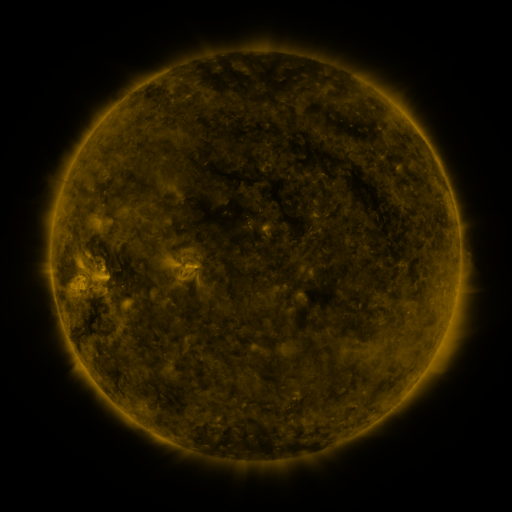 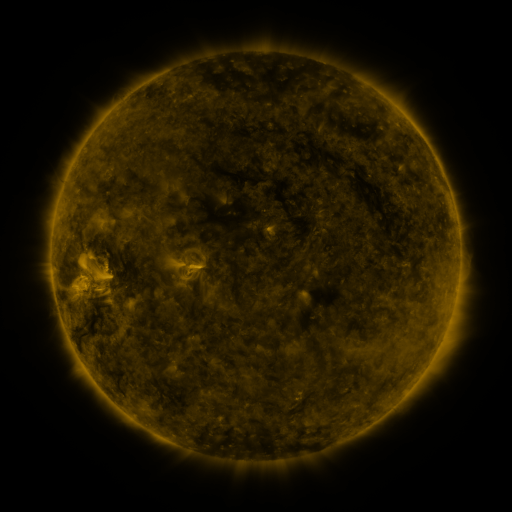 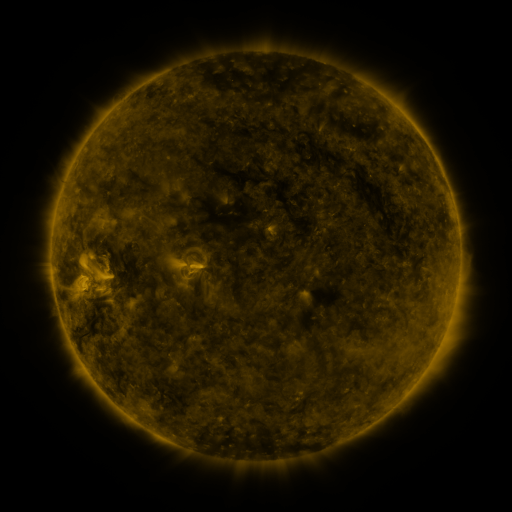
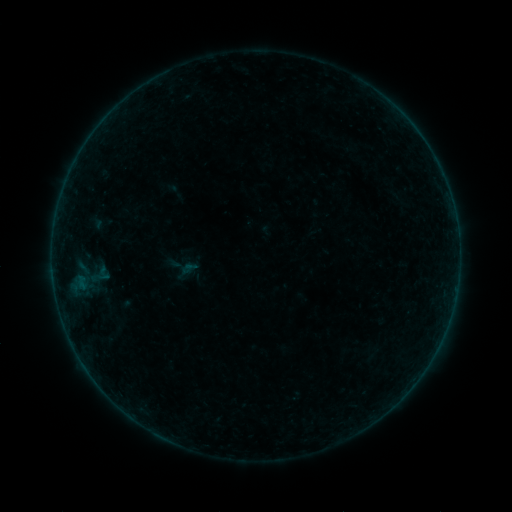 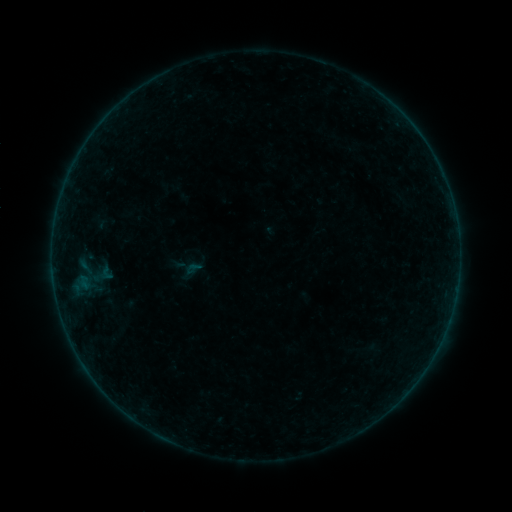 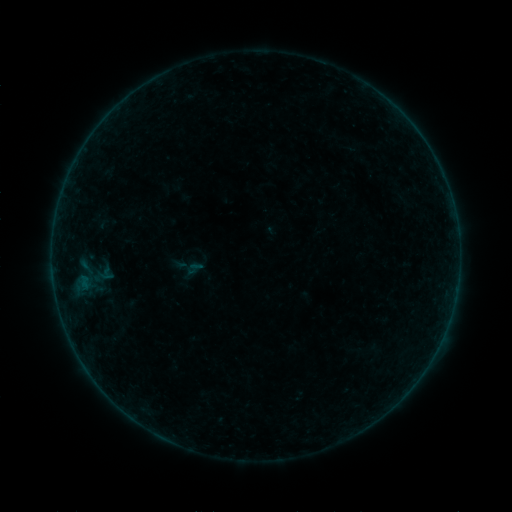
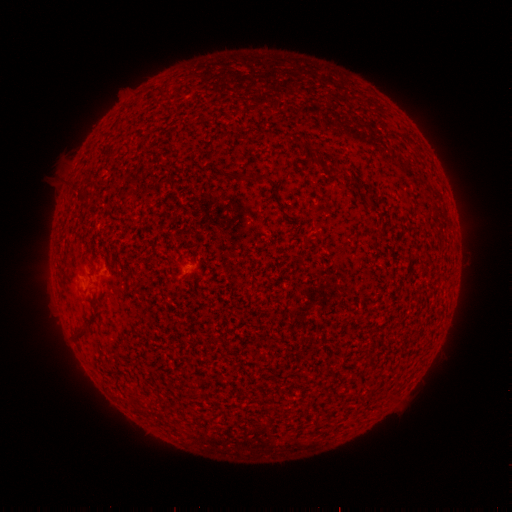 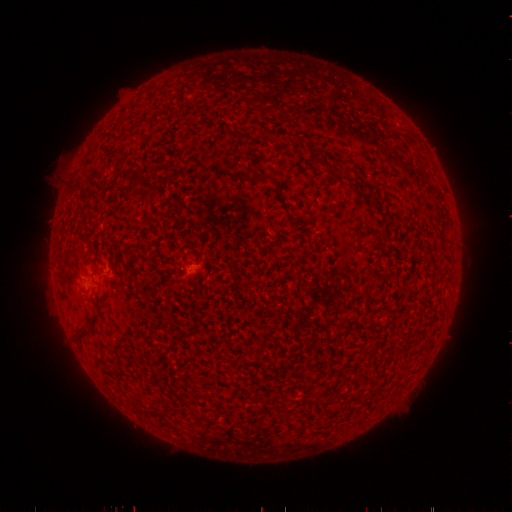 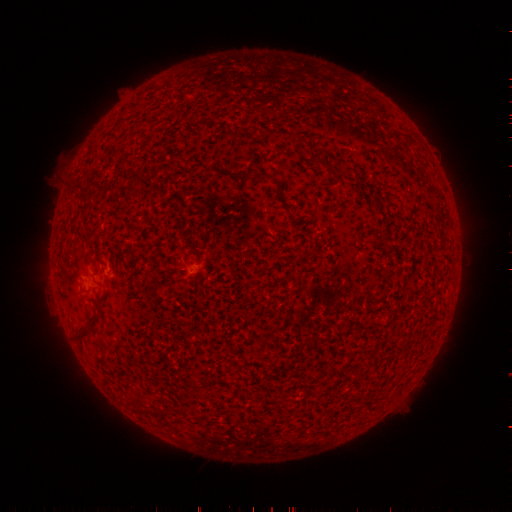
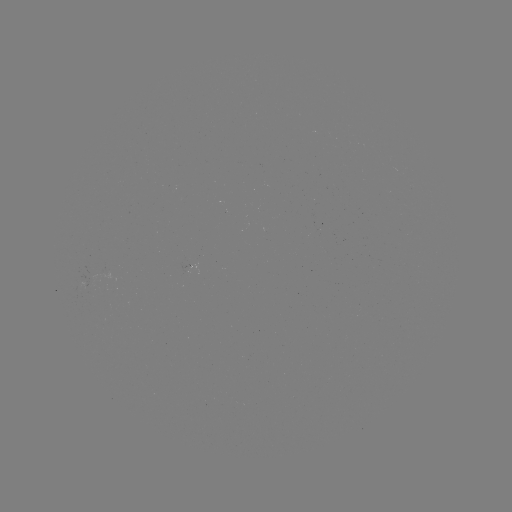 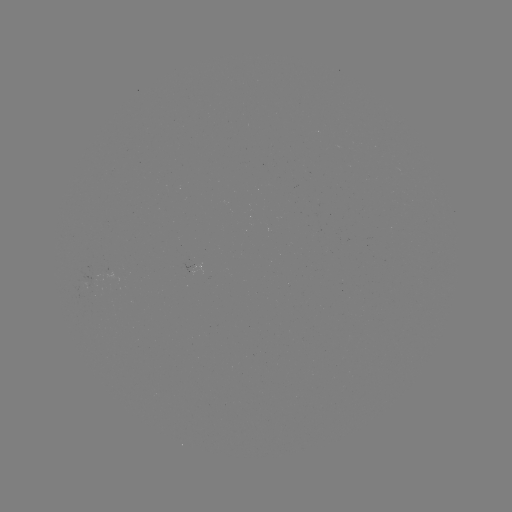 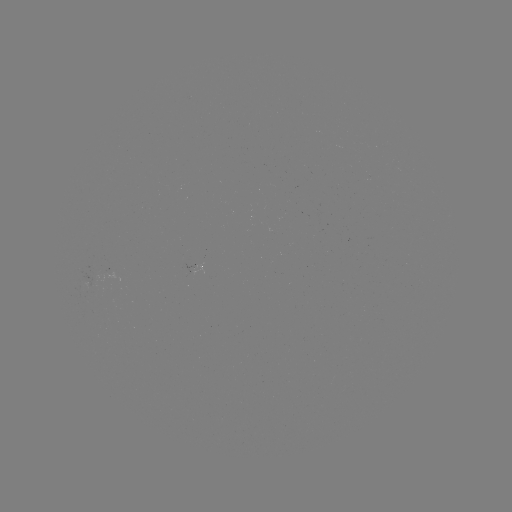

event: emerging-flux region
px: (91, 282)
